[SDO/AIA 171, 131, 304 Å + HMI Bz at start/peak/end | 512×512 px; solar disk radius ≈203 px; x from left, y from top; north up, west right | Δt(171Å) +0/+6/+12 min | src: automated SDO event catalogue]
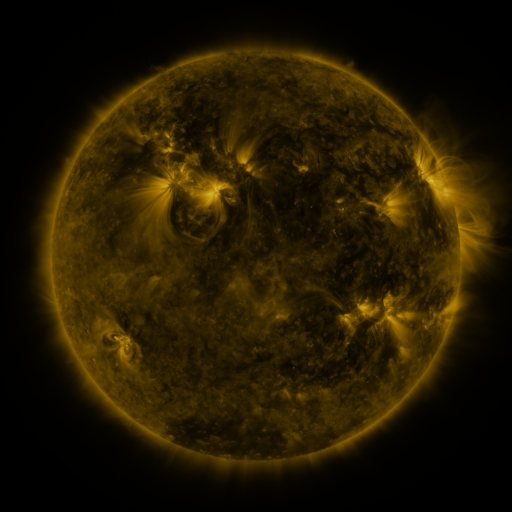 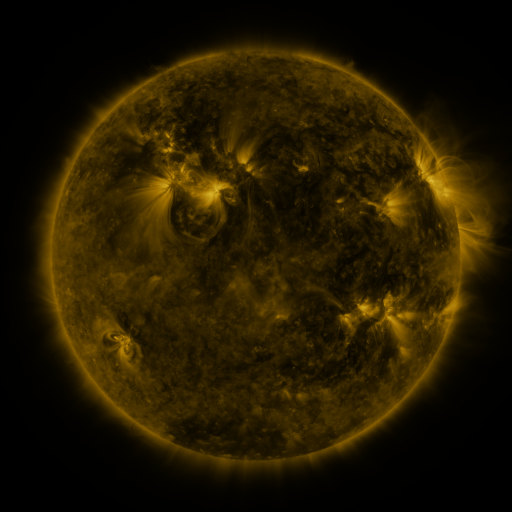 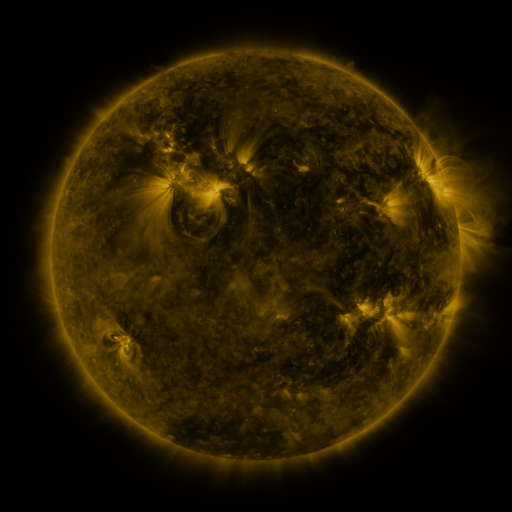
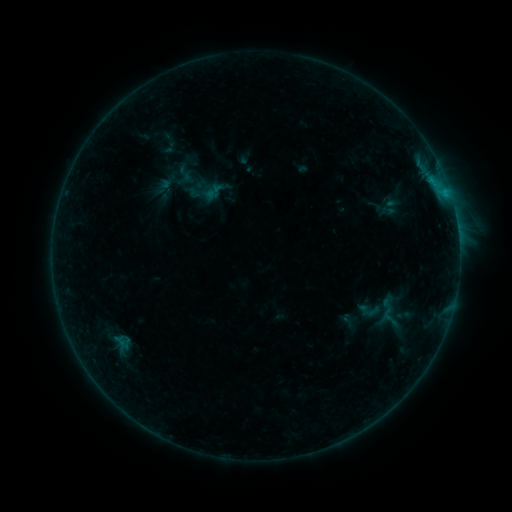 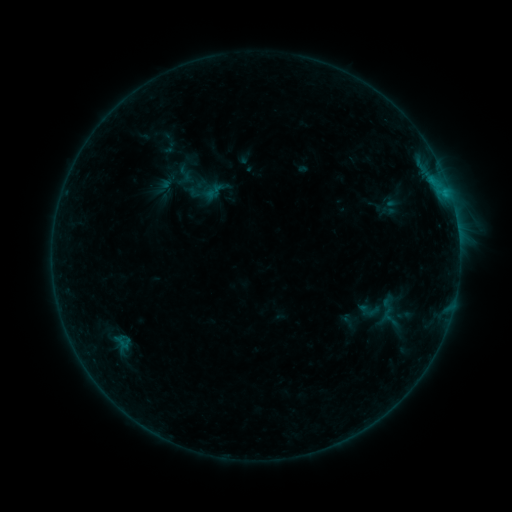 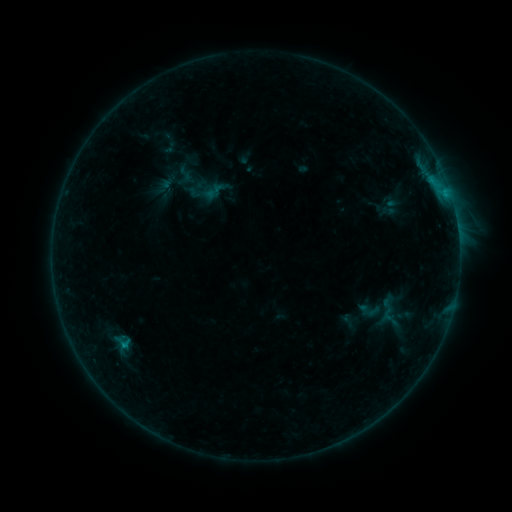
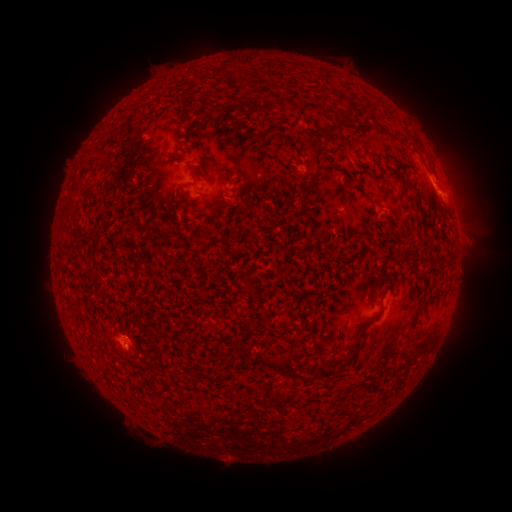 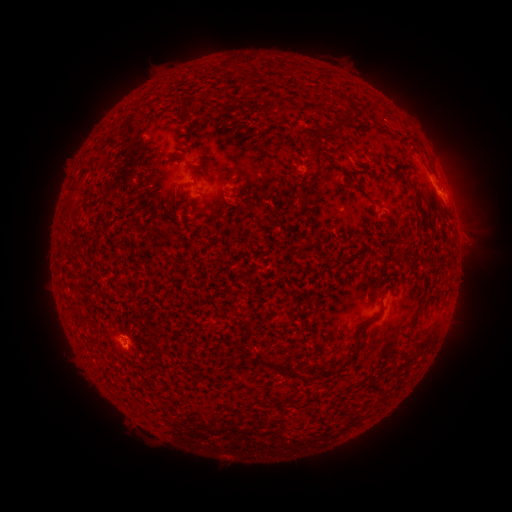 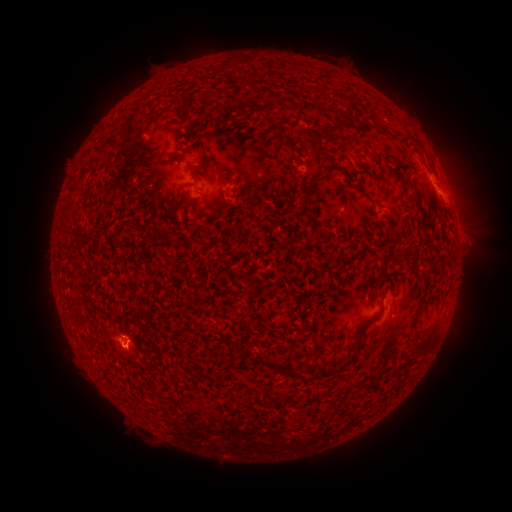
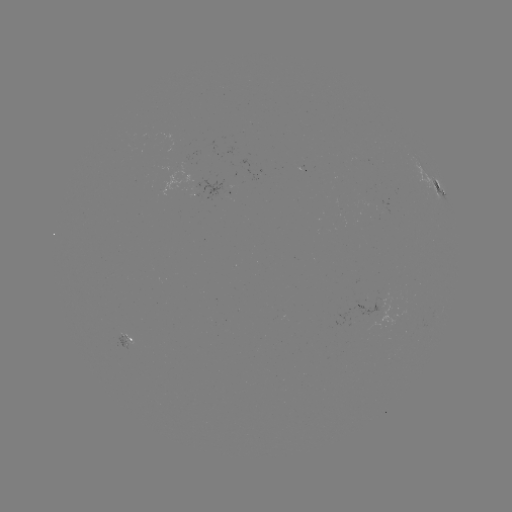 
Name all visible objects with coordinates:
eruption: (449, 201)
